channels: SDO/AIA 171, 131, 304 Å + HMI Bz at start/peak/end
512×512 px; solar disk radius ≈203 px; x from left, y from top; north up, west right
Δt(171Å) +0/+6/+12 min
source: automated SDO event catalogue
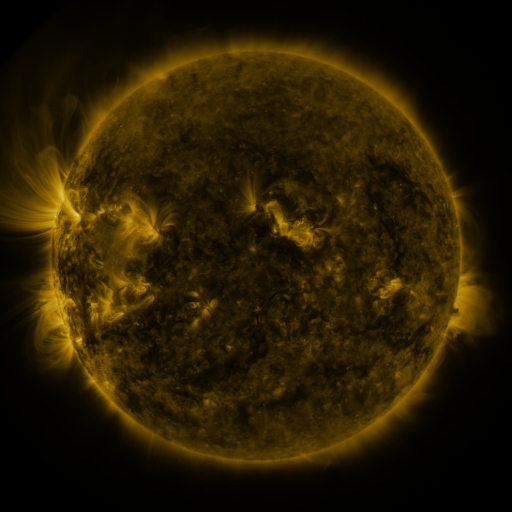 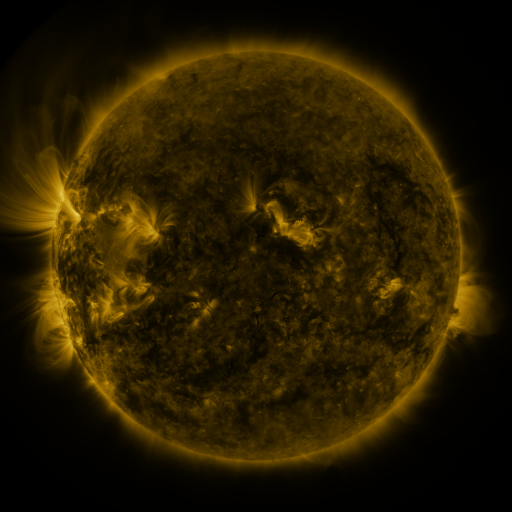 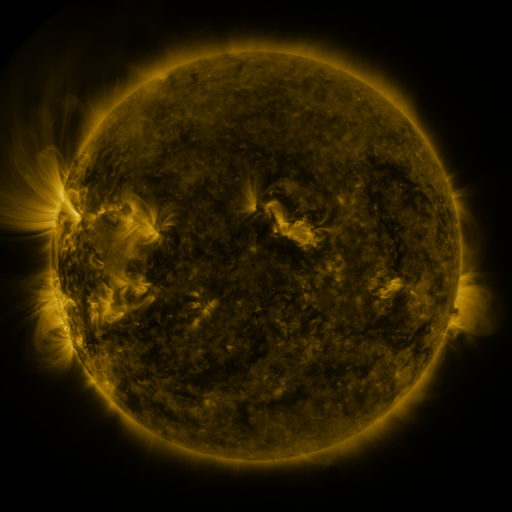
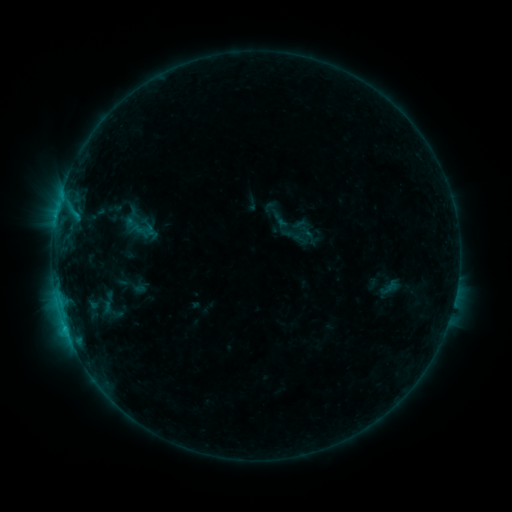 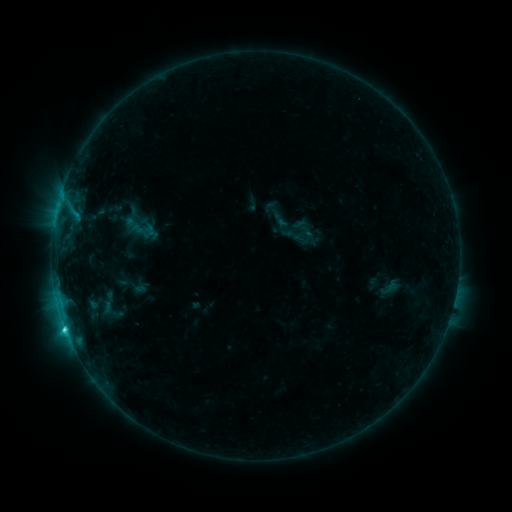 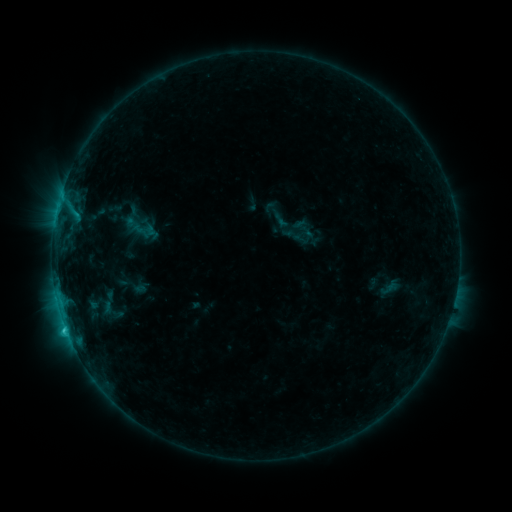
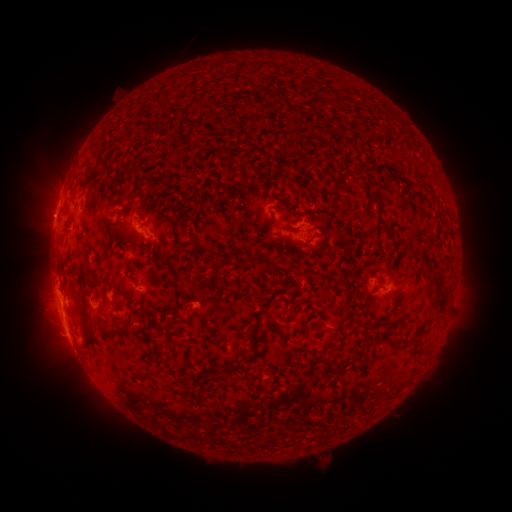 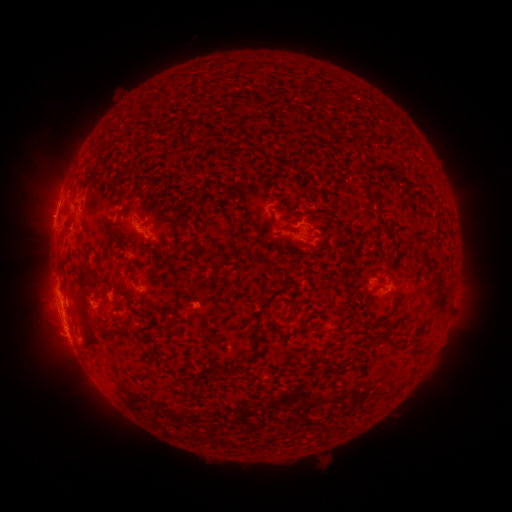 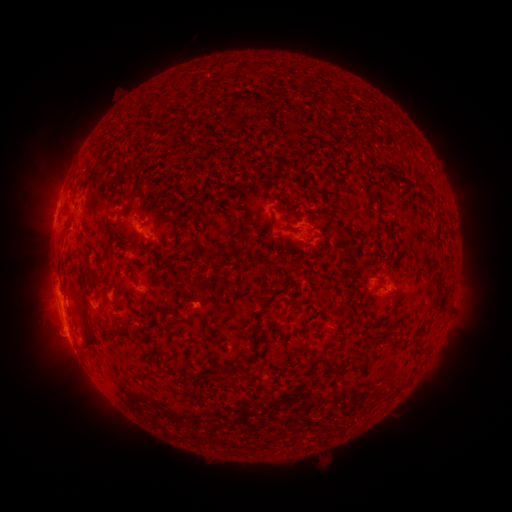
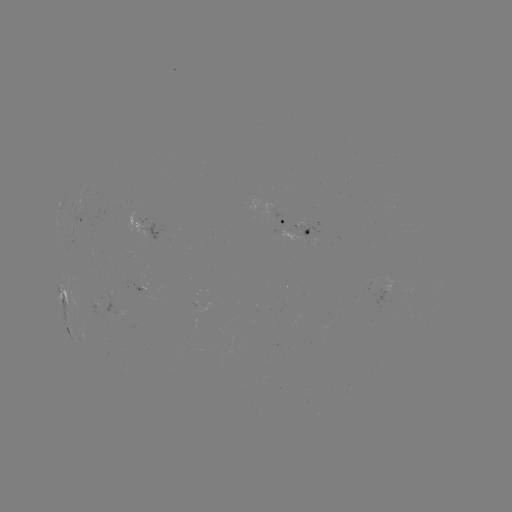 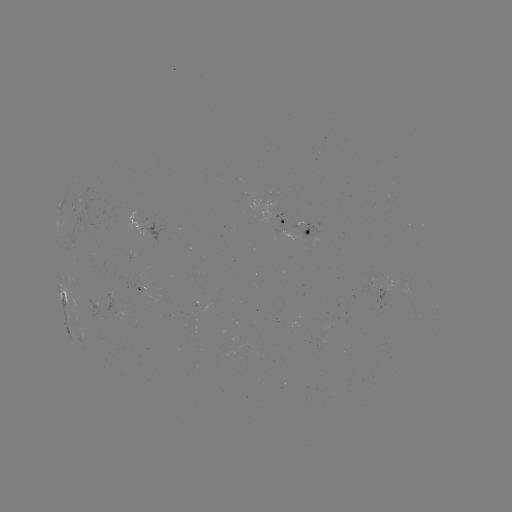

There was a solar flare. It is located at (66, 329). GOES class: C1.8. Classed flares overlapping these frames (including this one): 1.